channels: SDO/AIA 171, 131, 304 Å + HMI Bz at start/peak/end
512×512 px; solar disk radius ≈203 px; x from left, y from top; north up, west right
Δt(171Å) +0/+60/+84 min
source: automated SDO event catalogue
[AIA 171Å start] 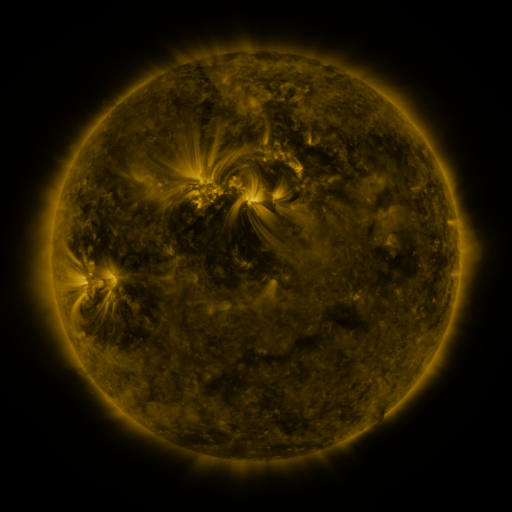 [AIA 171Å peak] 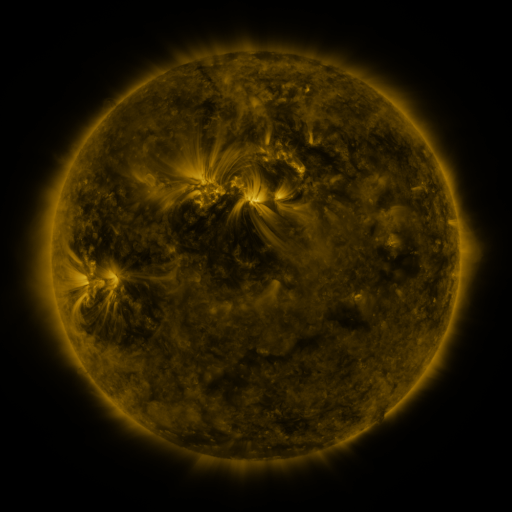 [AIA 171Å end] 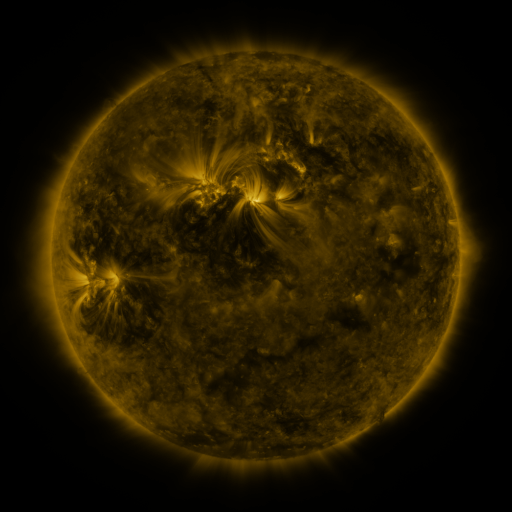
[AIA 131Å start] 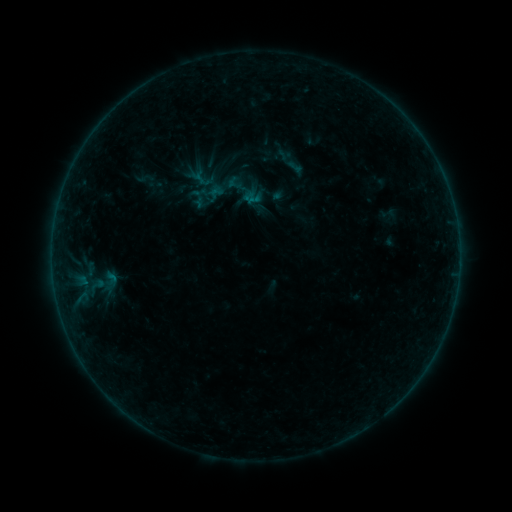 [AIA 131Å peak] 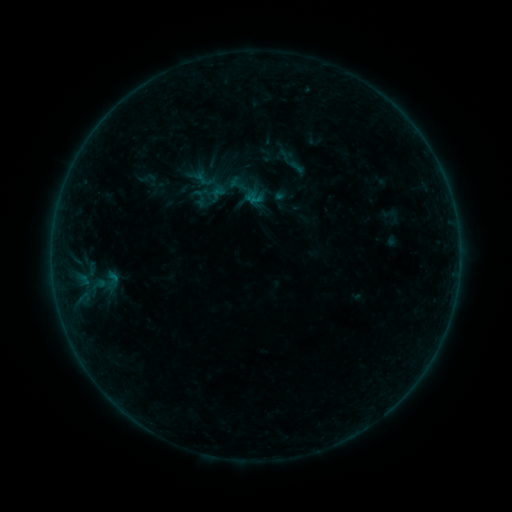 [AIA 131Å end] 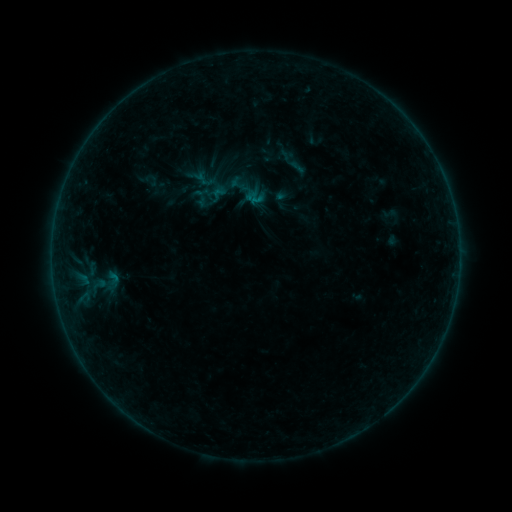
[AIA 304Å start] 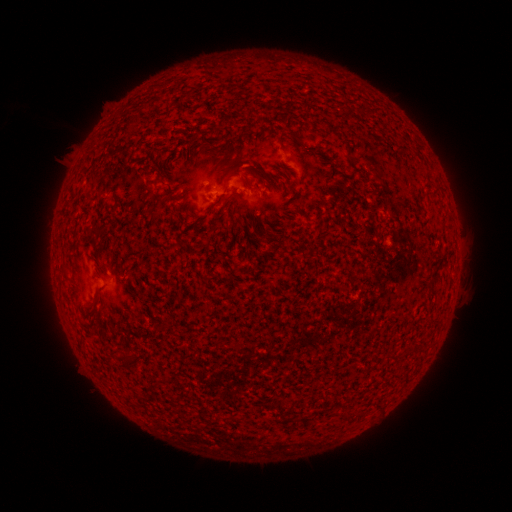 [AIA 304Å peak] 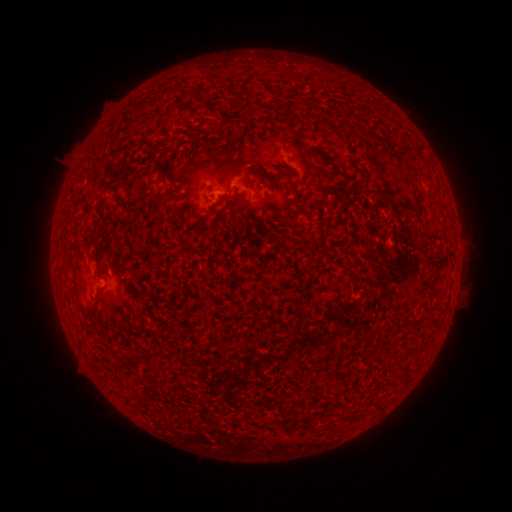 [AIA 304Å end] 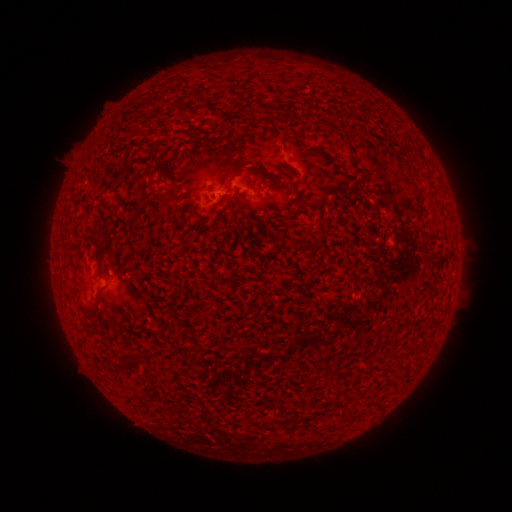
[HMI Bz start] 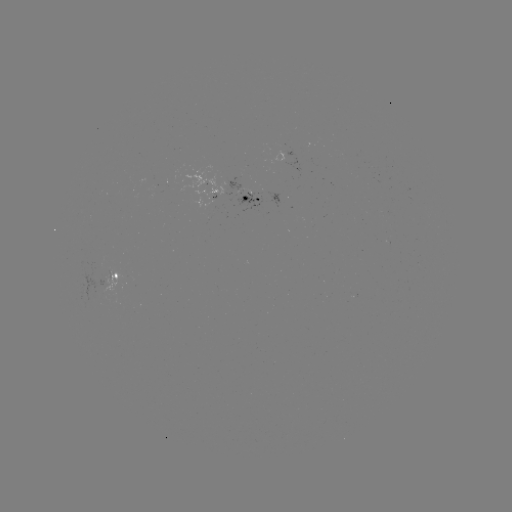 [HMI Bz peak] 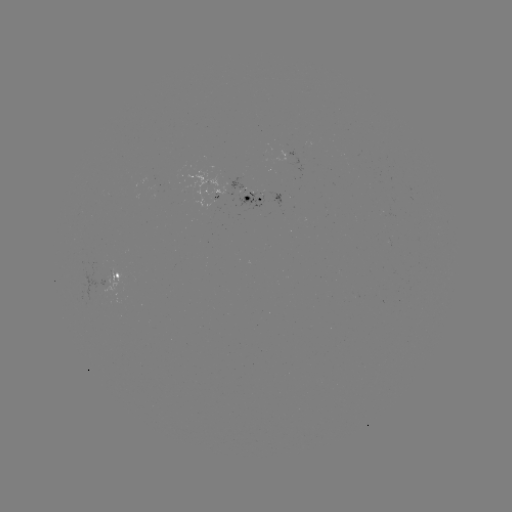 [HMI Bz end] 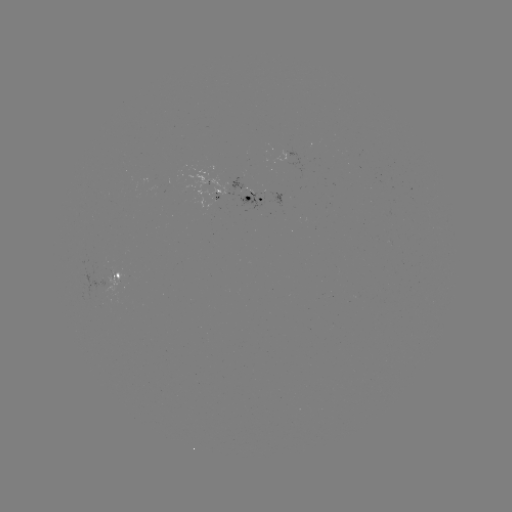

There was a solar emerging-flux region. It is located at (244, 196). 